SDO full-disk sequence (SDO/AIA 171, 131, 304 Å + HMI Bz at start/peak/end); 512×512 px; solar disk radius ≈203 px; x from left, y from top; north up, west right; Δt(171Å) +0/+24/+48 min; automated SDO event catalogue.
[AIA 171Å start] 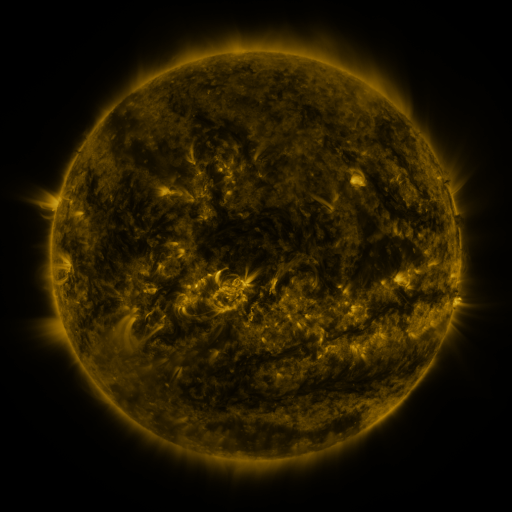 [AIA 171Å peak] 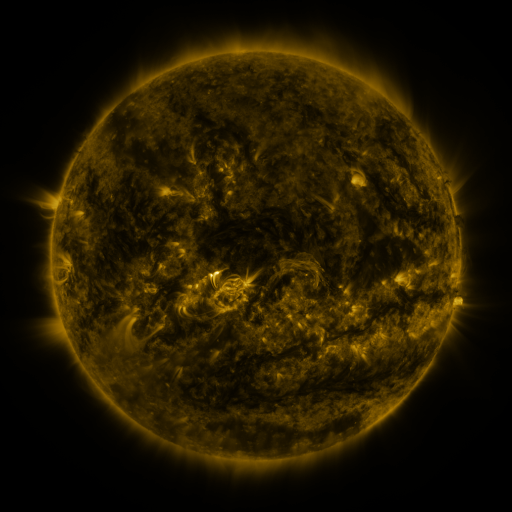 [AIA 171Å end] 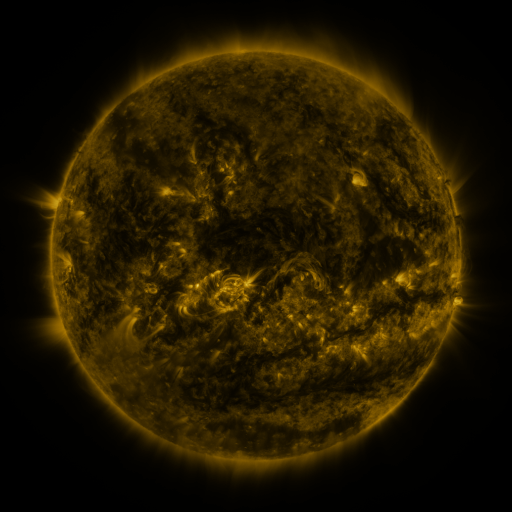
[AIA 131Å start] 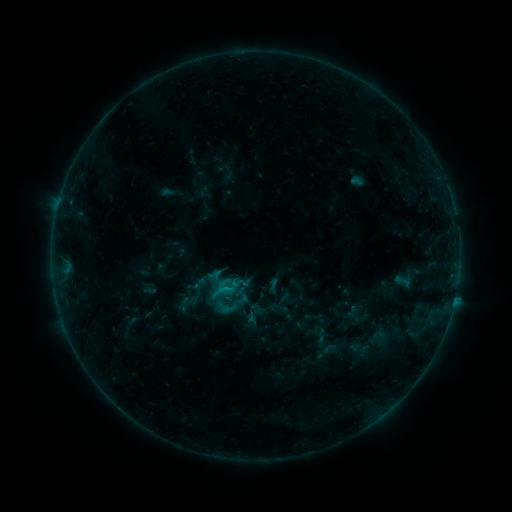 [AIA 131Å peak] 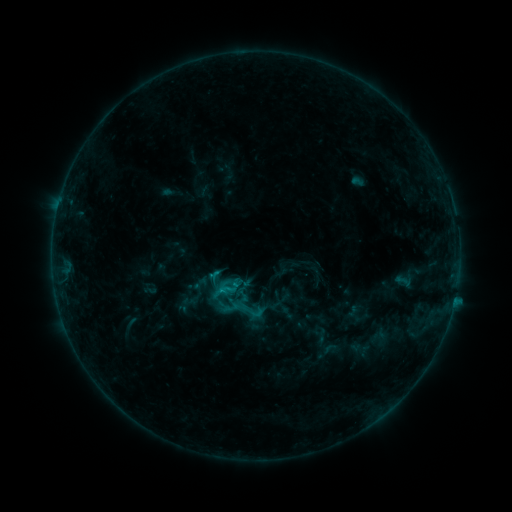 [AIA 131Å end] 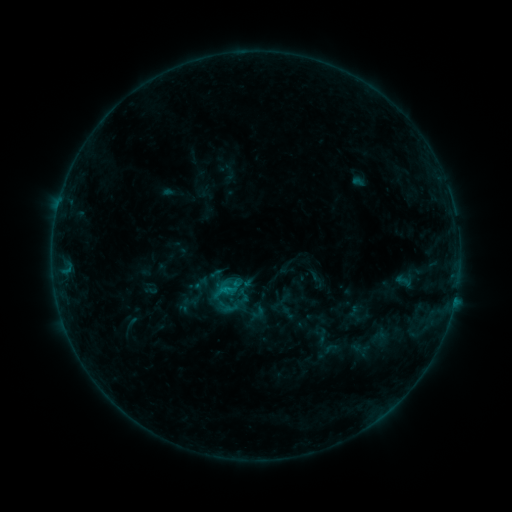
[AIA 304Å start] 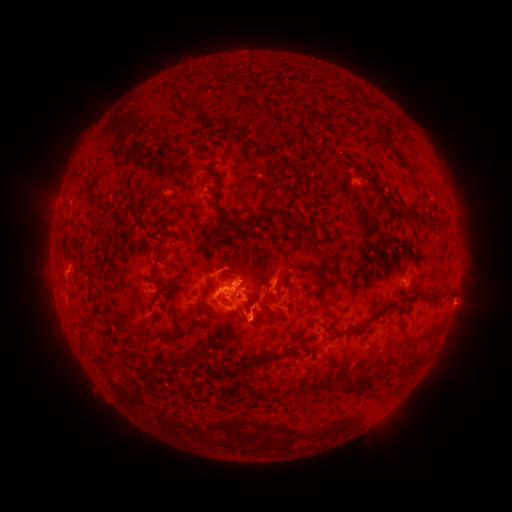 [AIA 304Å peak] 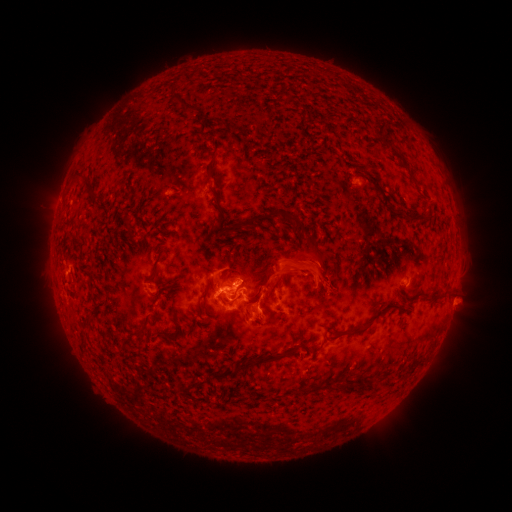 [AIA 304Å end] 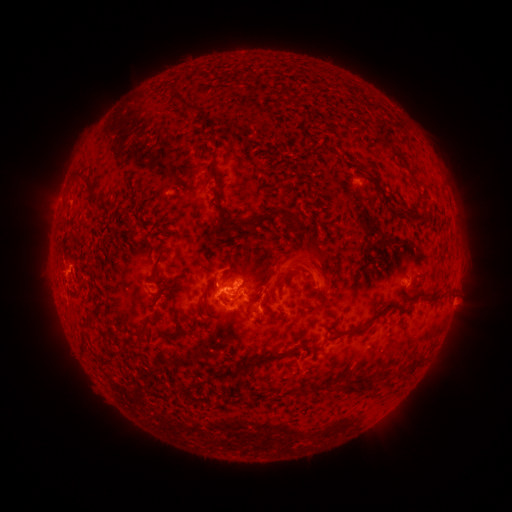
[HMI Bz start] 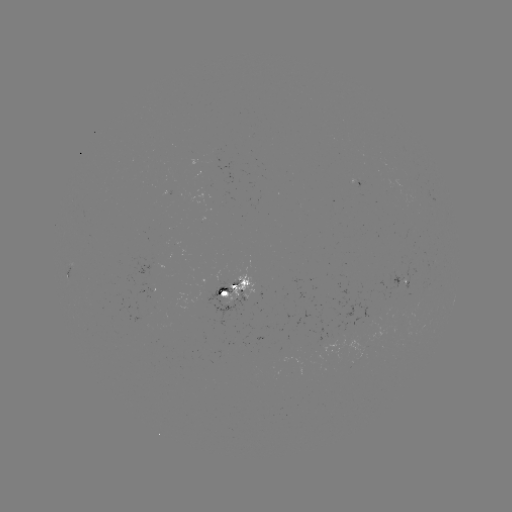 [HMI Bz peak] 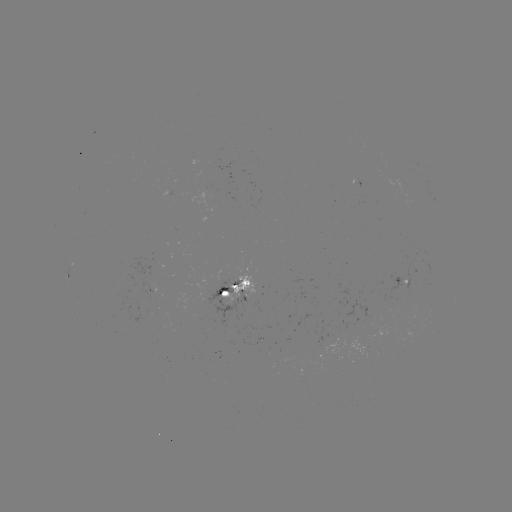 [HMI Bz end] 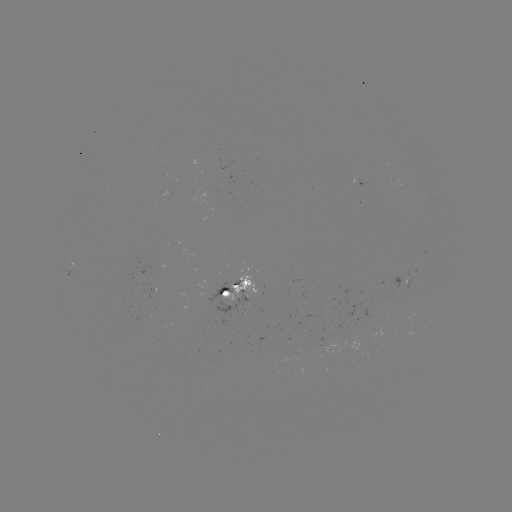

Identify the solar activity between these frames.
eruption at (307, 275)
